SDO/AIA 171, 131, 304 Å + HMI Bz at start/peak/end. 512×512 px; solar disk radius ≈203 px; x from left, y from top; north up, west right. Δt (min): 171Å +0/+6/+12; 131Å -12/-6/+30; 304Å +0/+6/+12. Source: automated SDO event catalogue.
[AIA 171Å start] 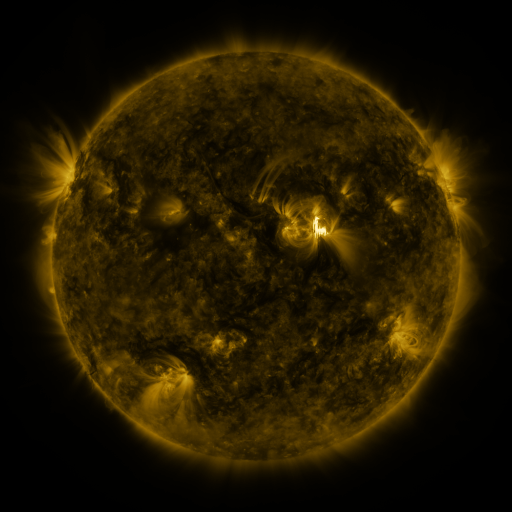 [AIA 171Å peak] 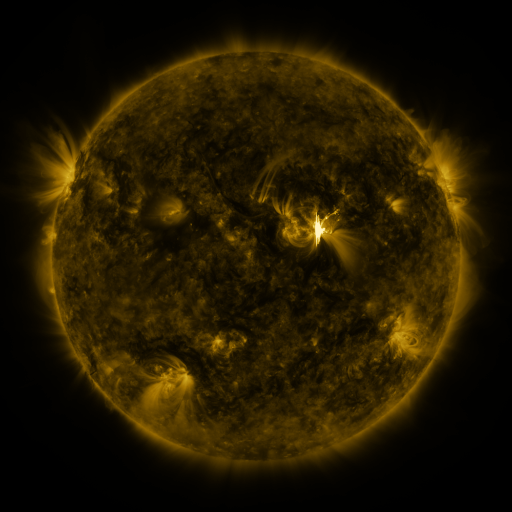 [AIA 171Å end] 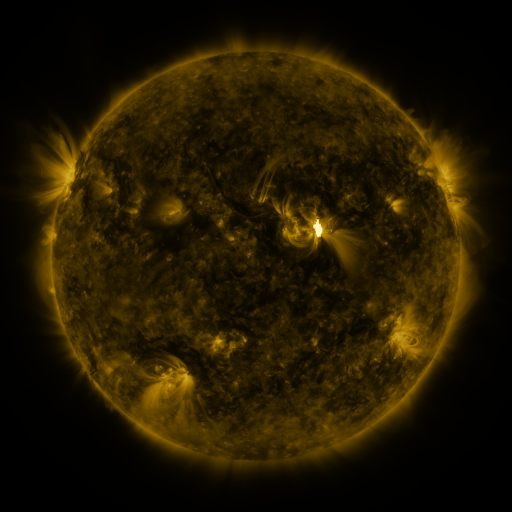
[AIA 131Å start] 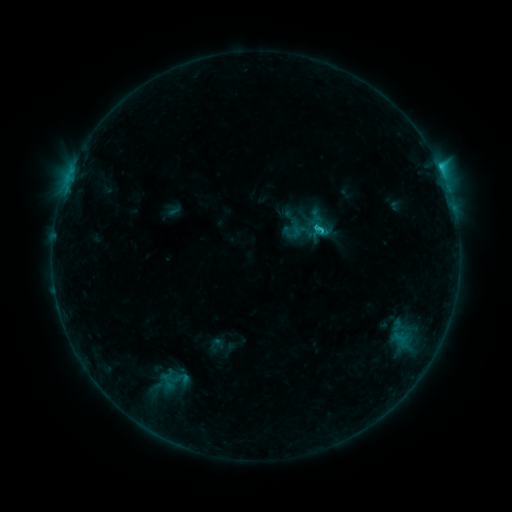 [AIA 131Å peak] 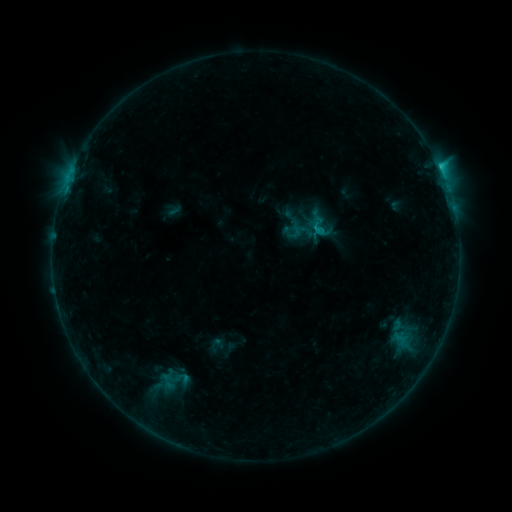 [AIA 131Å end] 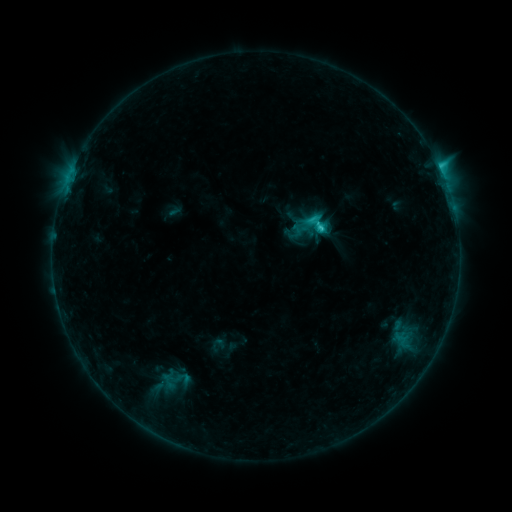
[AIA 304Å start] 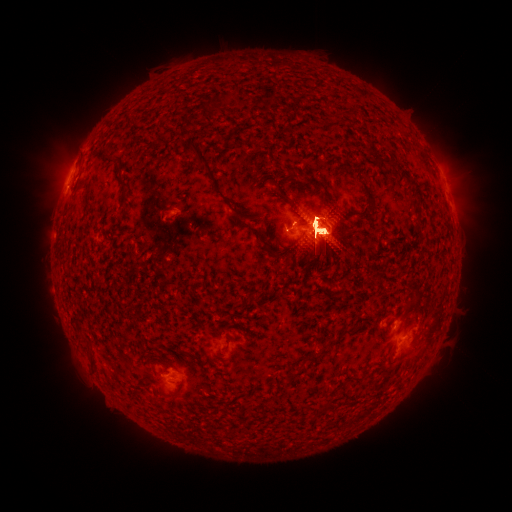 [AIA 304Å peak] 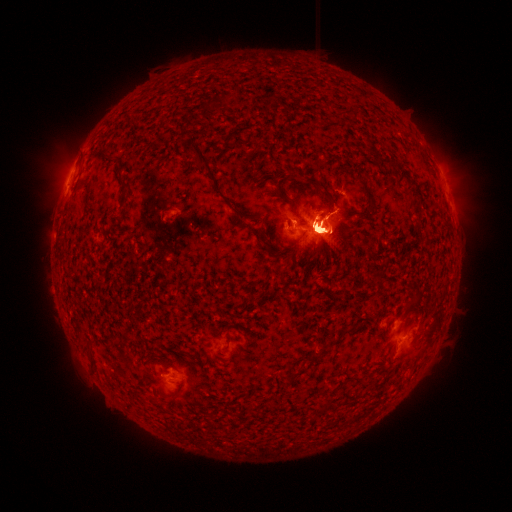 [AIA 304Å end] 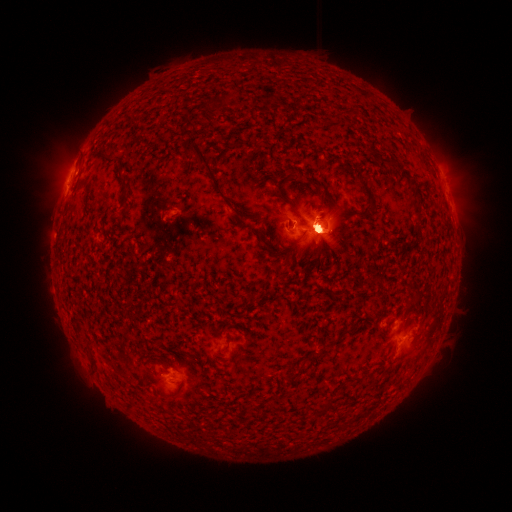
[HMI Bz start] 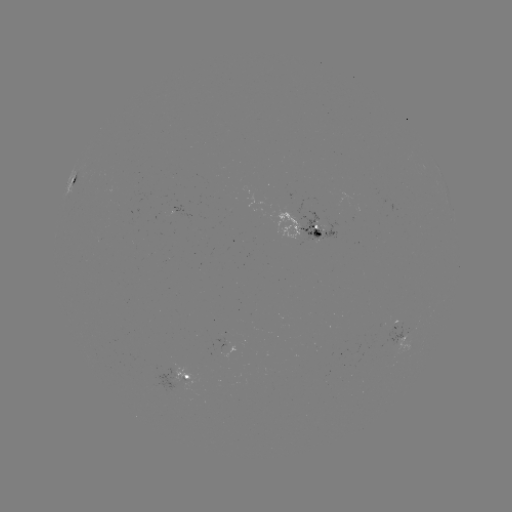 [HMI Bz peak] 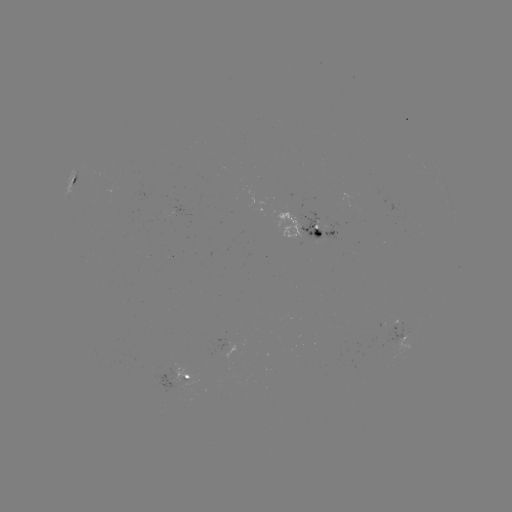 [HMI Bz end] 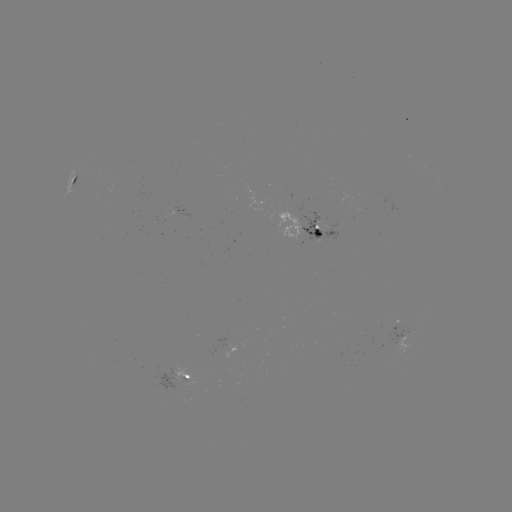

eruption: [28, 121, 107, 219]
